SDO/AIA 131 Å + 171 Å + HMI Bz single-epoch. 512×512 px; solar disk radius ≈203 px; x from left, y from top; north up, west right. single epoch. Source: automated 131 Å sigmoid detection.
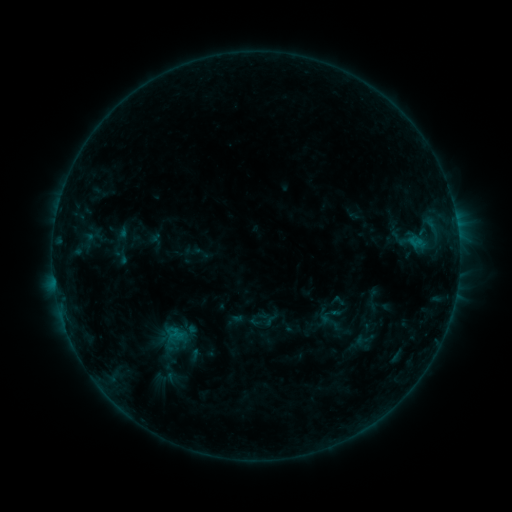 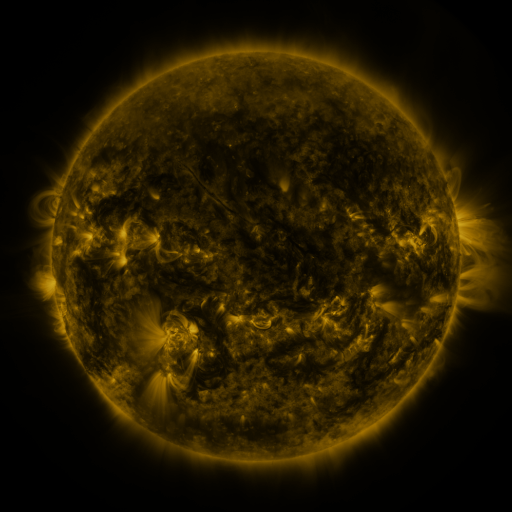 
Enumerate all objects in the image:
sigmoid: (329, 321)
